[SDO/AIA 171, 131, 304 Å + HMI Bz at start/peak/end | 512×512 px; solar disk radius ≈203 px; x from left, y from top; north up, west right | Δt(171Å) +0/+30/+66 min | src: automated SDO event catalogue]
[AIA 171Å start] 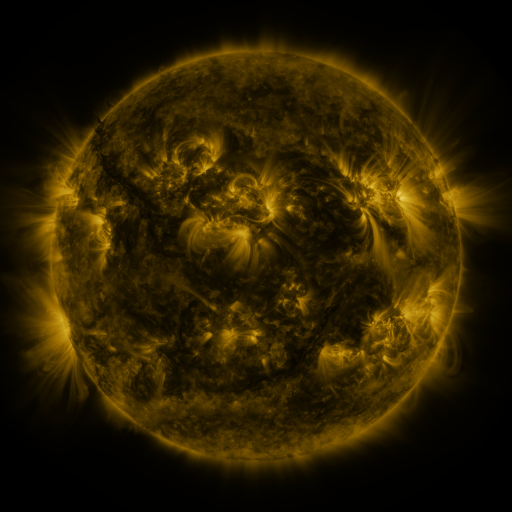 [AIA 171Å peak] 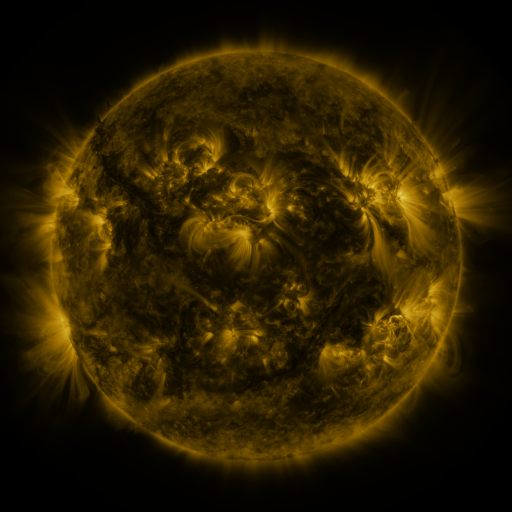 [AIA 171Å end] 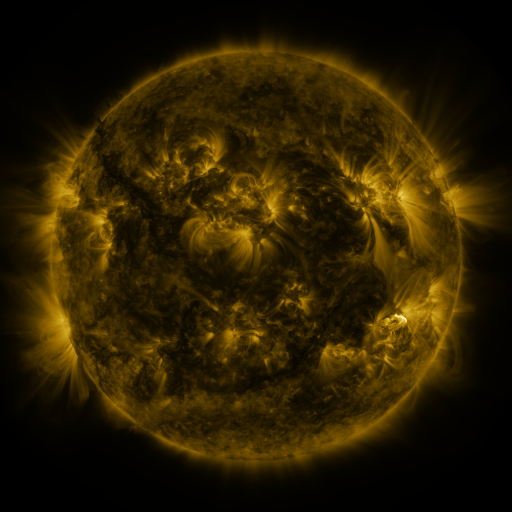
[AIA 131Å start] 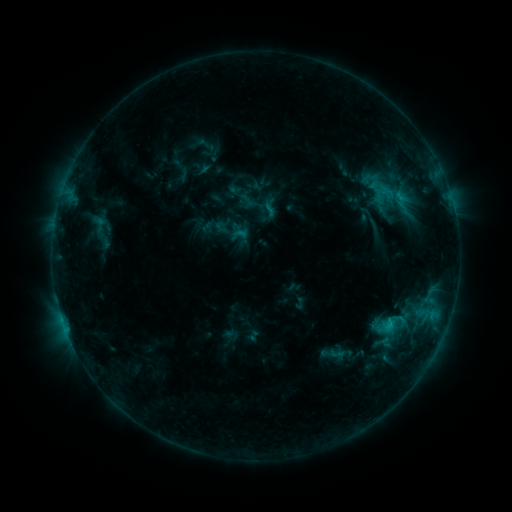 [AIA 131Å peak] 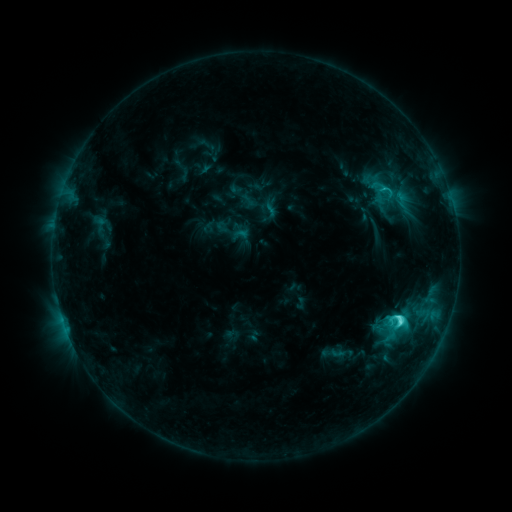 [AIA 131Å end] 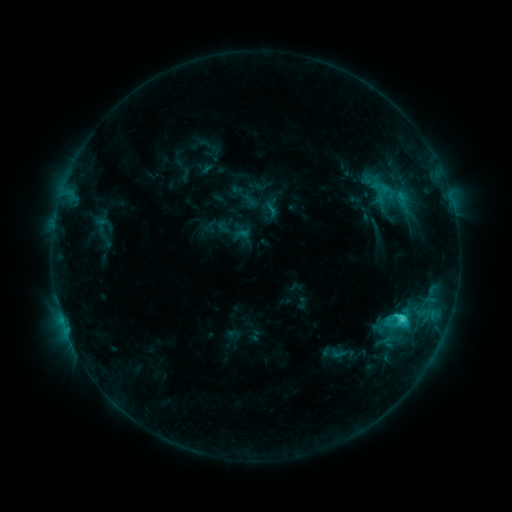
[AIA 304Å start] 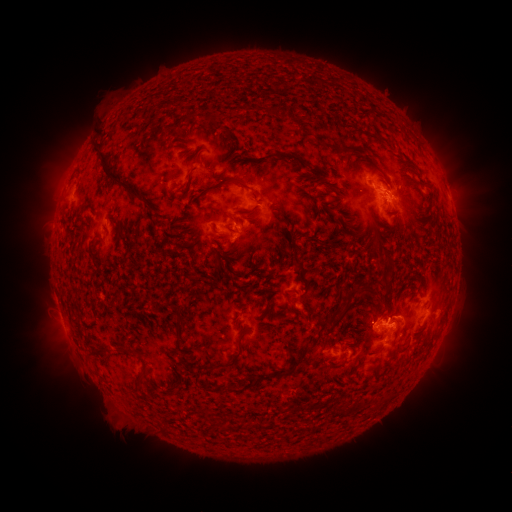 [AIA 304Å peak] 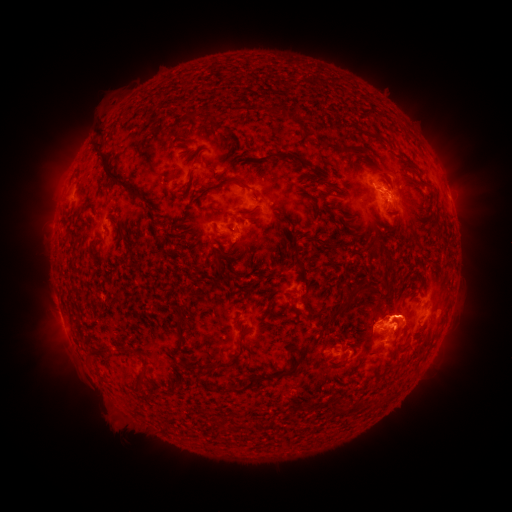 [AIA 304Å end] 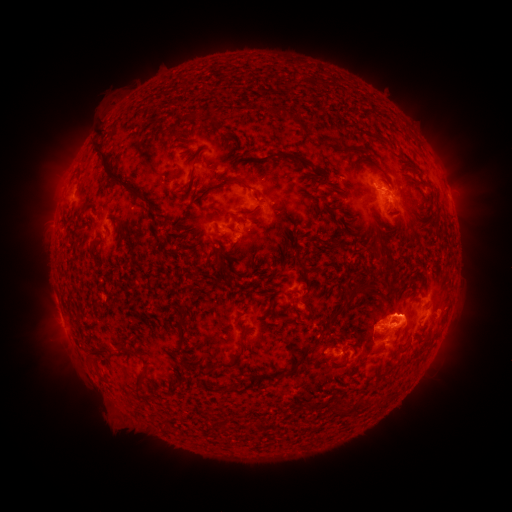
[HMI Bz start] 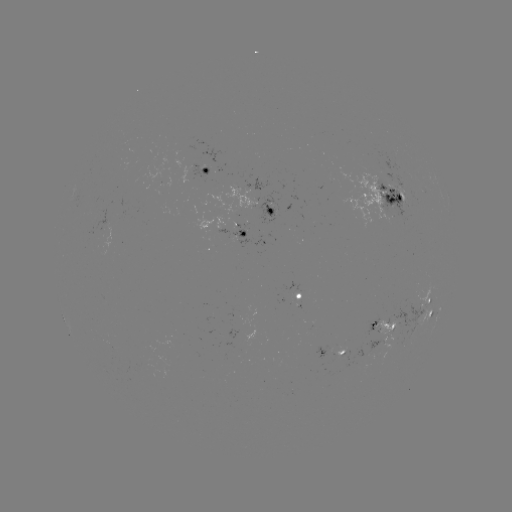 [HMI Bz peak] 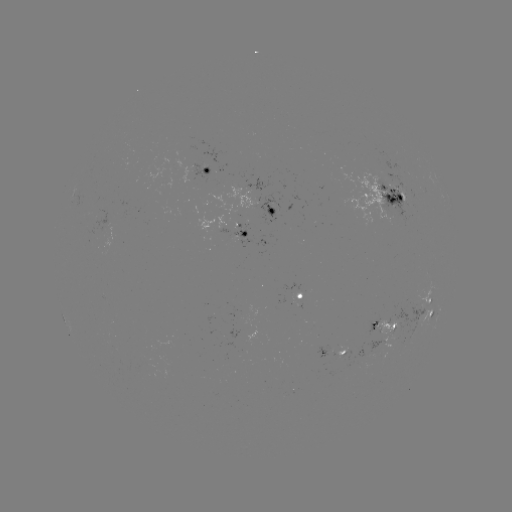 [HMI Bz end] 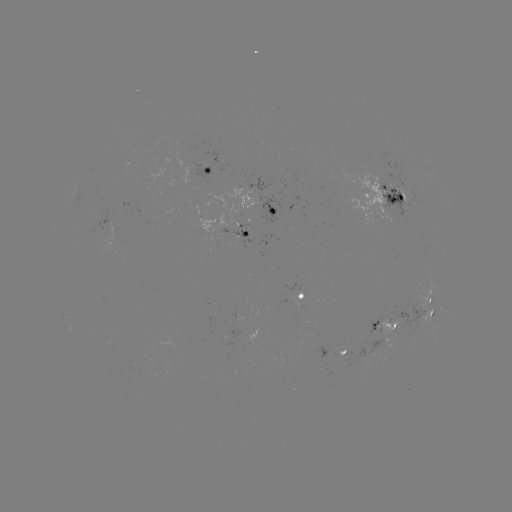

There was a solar flare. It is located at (399, 319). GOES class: C5.4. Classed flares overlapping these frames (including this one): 1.